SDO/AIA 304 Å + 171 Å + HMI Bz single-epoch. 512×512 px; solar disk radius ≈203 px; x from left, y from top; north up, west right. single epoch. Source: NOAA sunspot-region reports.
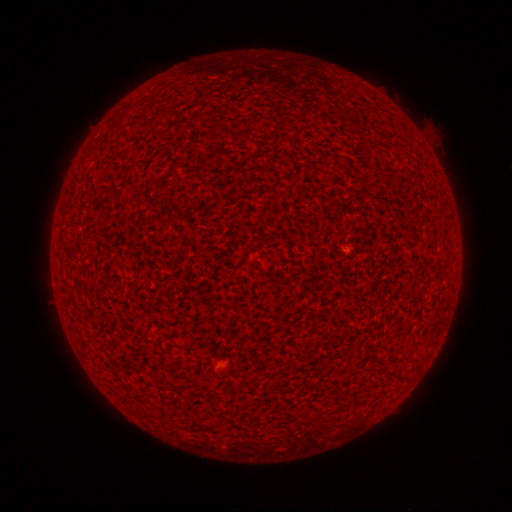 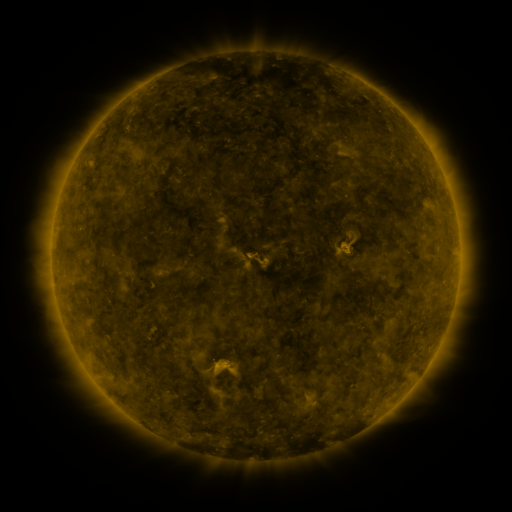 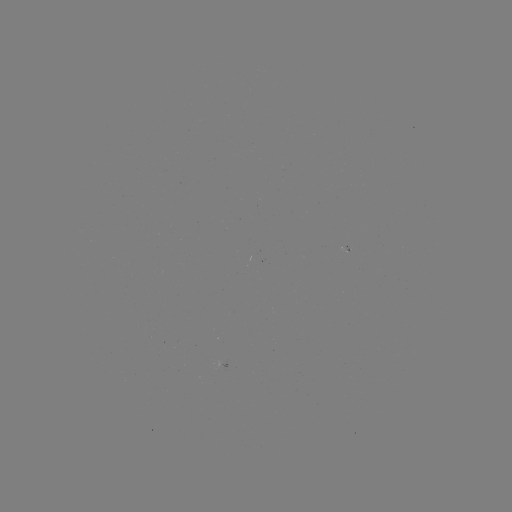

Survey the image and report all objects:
spotted active region: (345, 251)
